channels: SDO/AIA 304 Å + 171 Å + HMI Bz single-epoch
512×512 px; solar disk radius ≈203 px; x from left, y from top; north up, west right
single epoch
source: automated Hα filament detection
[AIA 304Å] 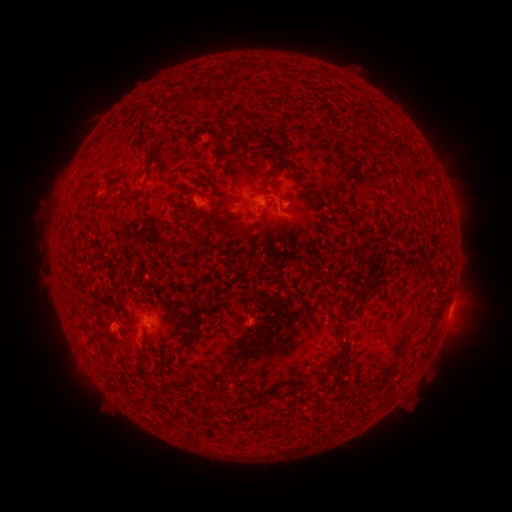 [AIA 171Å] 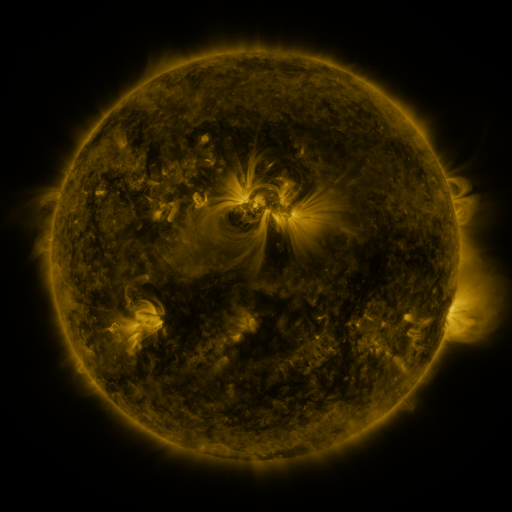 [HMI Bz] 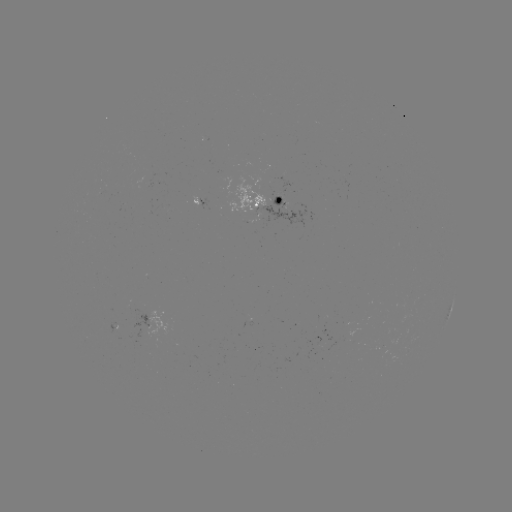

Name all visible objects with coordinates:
filament: (180, 93, 191, 105)
filament: (321, 111, 330, 124)
filament: (278, 116, 286, 126)
filament: (209, 122, 253, 136)
filament: (365, 125, 374, 137)
filament: (378, 131, 389, 142)
filament: (140, 136, 150, 160)
filament: (259, 137, 276, 157)
filament: (278, 160, 292, 167)
filament: (258, 171, 283, 193)
filament: (212, 177, 220, 188)
filament: (209, 189, 221, 196)
filament: (124, 191, 134, 205)
filament: (212, 195, 251, 236)
filament: (179, 202, 190, 212)
filament: (206, 211, 214, 221)
filament: (220, 215, 233, 224)
filament: (274, 248, 286, 256)
filament: (346, 304, 363, 322)
filament: (193, 310, 202, 326)
filament: (75, 323, 93, 332)
filament: (323, 343, 348, 373)
filament: (137, 353, 145, 366)
filament: (112, 379, 122, 390)
filament: (206, 401, 218, 415)
filament: (261, 413, 270, 426)
